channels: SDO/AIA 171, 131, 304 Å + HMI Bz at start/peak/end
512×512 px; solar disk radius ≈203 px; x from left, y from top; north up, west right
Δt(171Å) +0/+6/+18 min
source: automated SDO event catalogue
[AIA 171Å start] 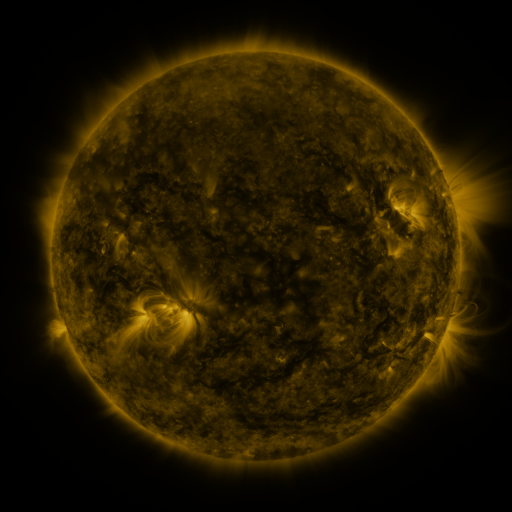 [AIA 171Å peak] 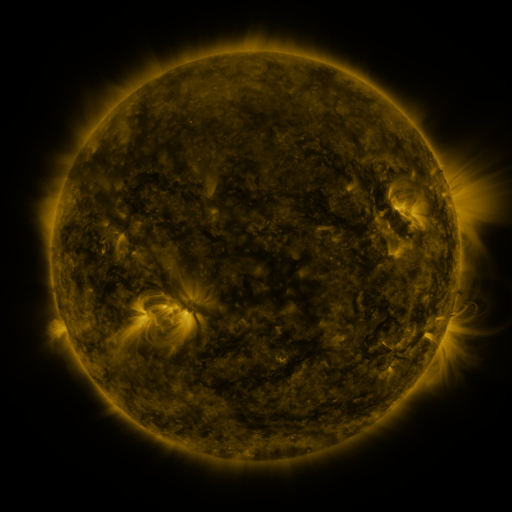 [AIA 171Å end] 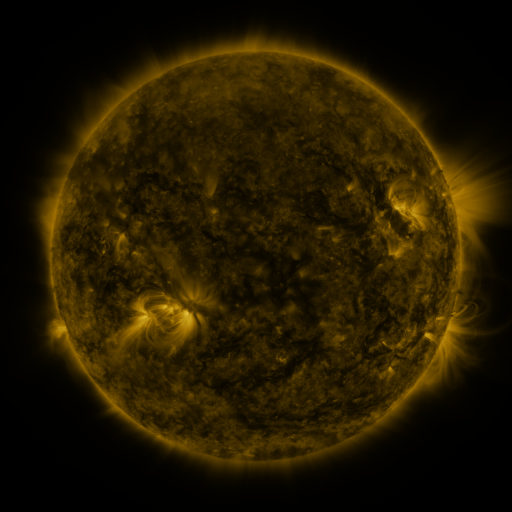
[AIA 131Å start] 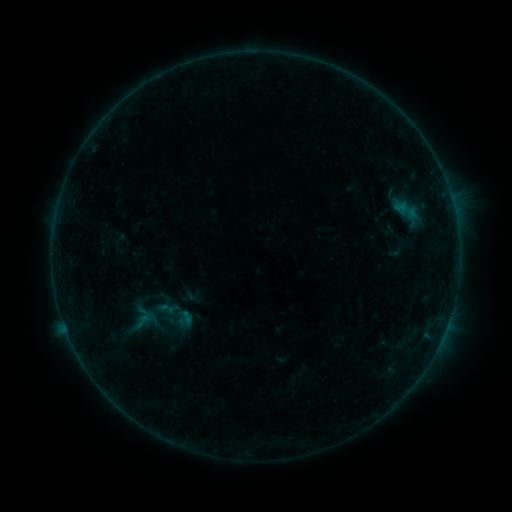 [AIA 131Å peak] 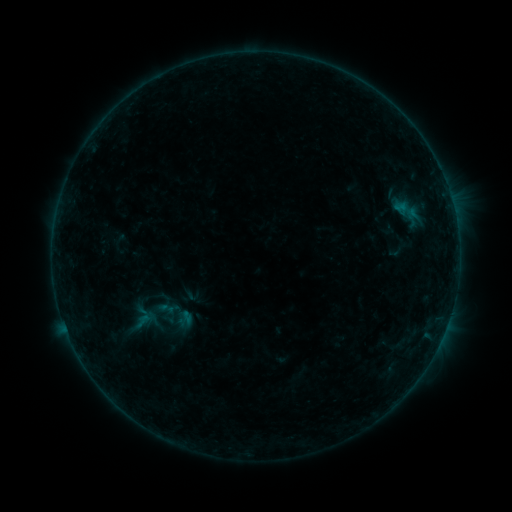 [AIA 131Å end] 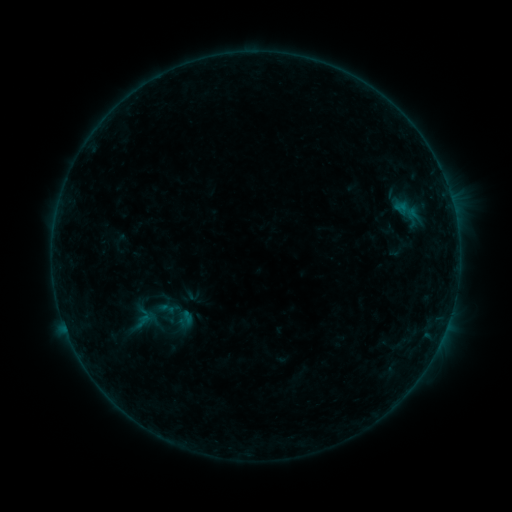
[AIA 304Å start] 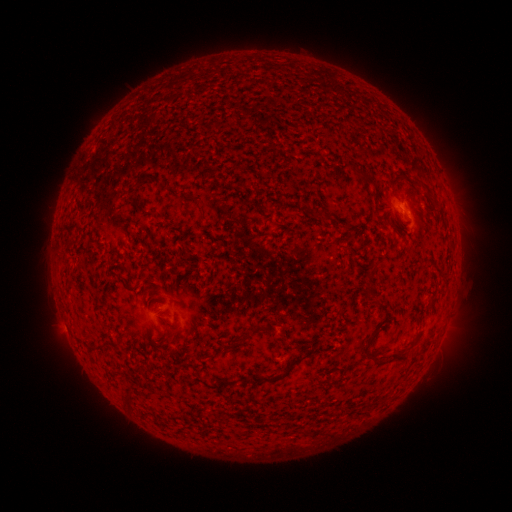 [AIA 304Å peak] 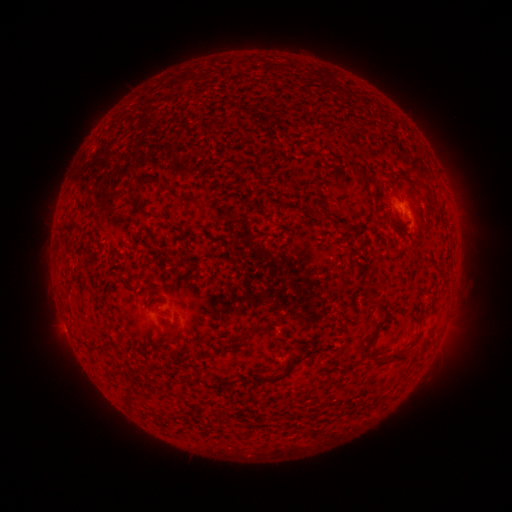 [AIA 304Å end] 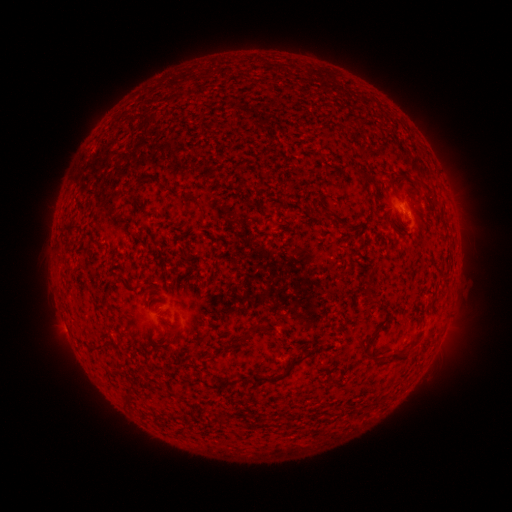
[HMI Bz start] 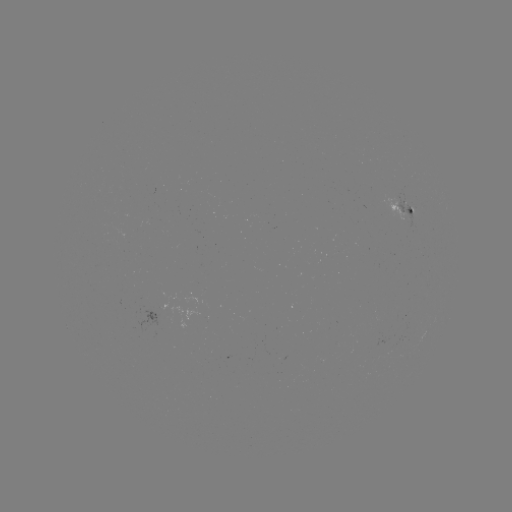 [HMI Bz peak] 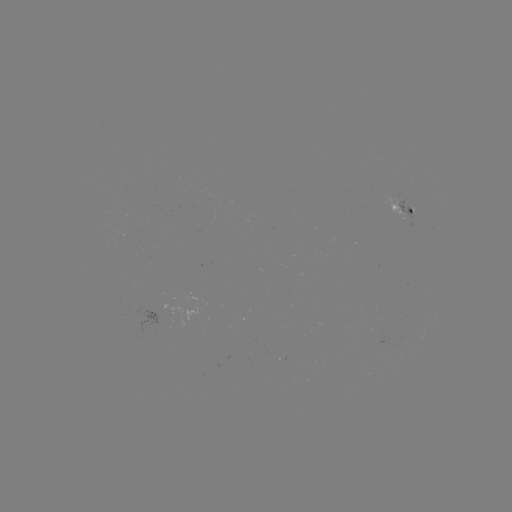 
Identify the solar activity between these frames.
no catalogued flare and no flagged EUV brightening in this window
